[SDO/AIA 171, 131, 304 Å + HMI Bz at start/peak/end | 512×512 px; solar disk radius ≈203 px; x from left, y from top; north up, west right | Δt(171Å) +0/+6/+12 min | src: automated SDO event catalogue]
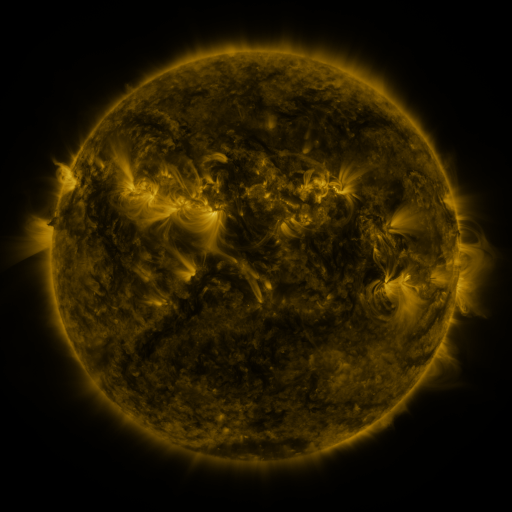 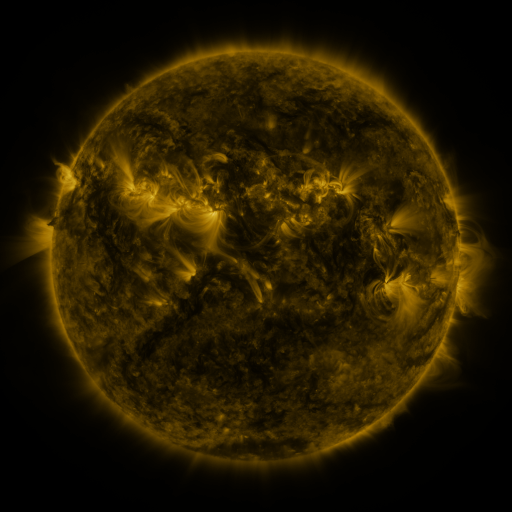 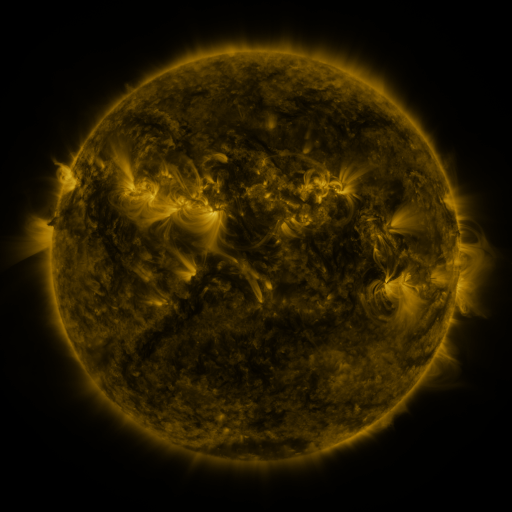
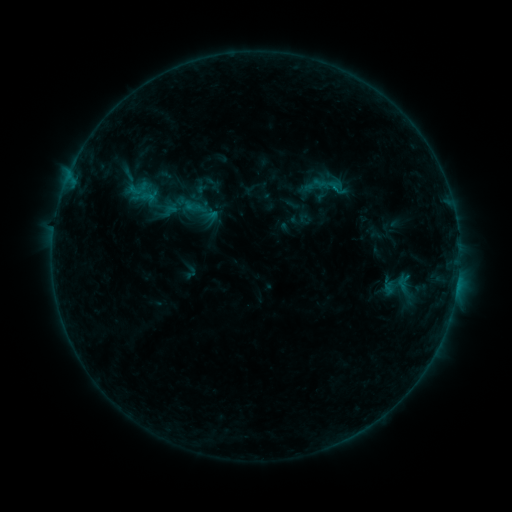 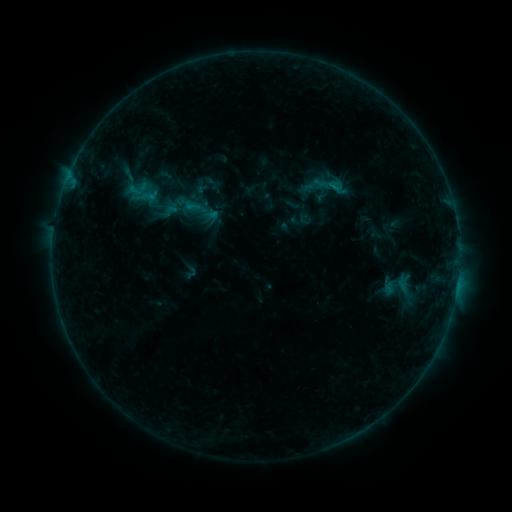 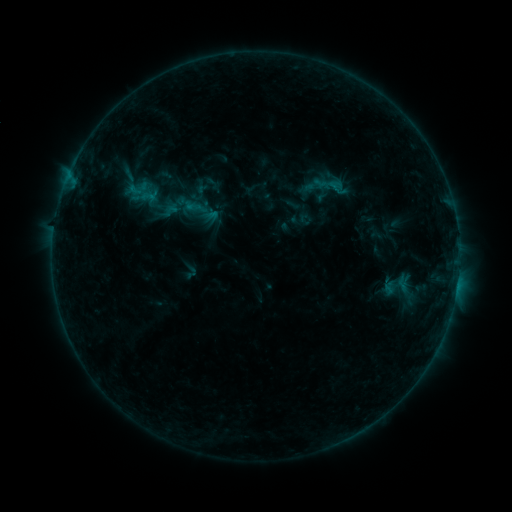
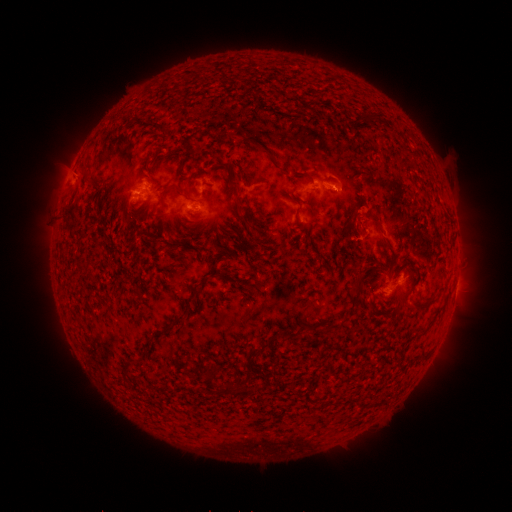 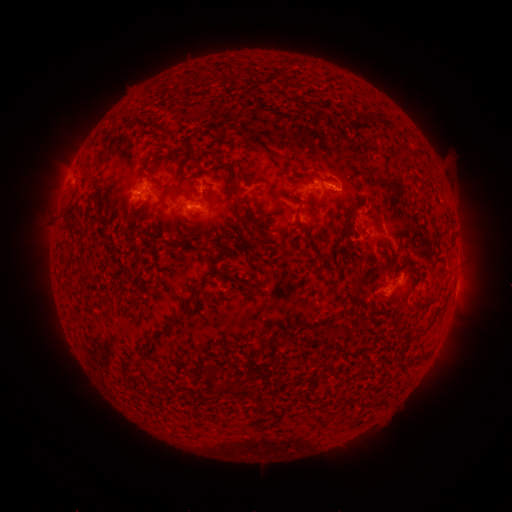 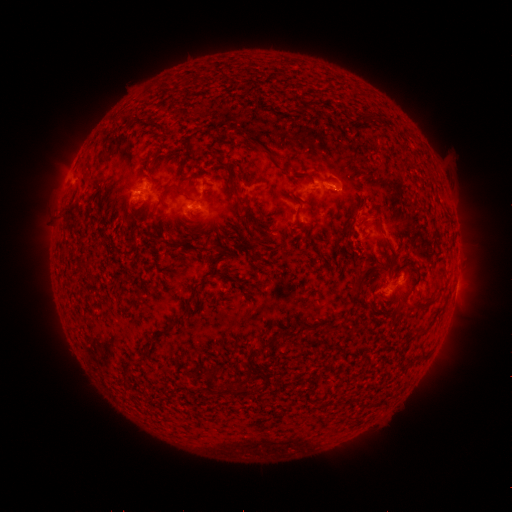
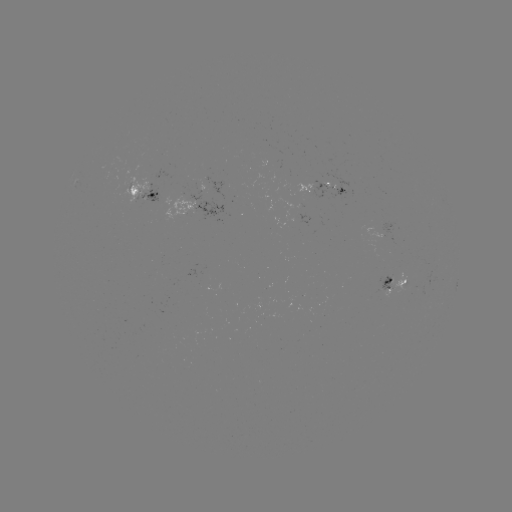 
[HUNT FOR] B6.0 flare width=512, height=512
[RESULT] [330, 189]